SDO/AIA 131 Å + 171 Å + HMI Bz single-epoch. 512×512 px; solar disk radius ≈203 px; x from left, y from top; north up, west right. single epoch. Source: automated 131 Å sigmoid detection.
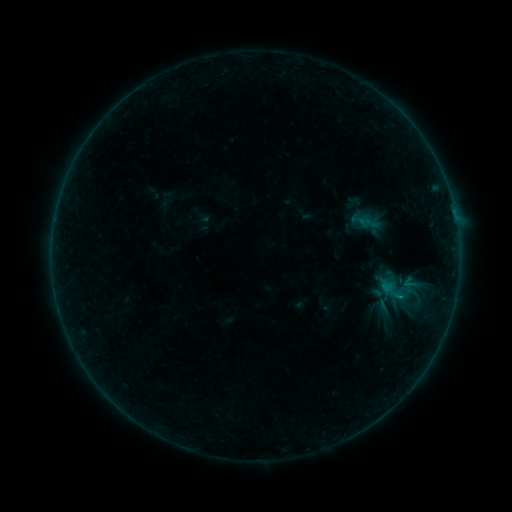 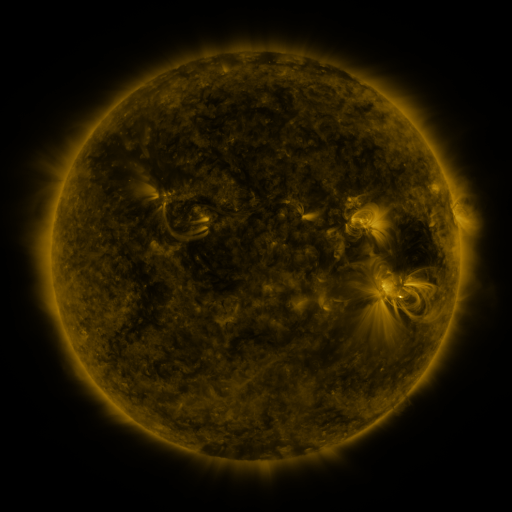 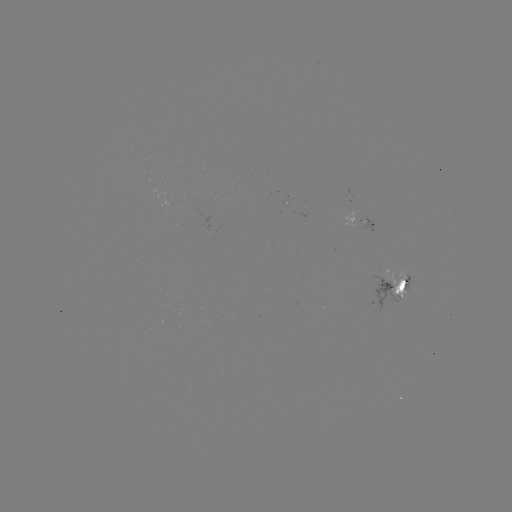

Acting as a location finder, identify sigmoid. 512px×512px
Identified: (400, 294).